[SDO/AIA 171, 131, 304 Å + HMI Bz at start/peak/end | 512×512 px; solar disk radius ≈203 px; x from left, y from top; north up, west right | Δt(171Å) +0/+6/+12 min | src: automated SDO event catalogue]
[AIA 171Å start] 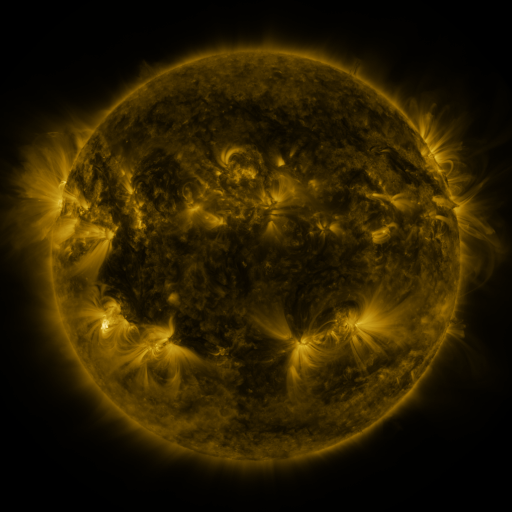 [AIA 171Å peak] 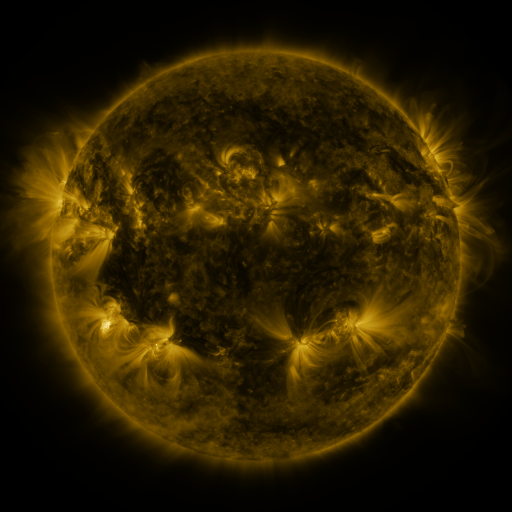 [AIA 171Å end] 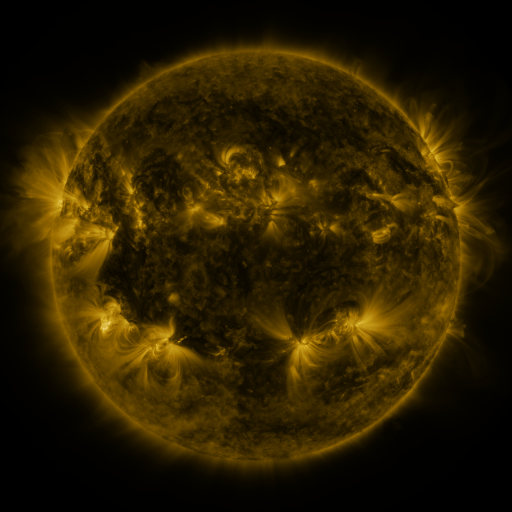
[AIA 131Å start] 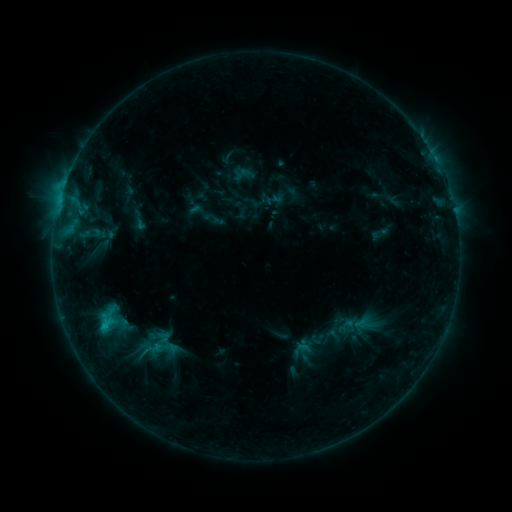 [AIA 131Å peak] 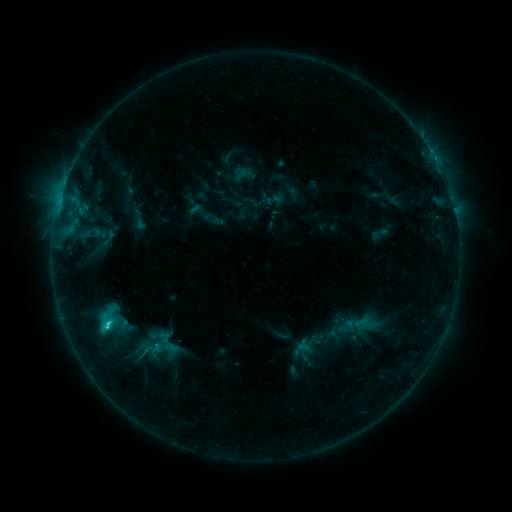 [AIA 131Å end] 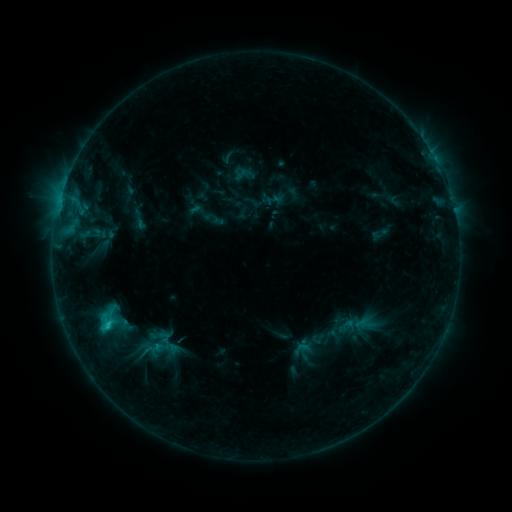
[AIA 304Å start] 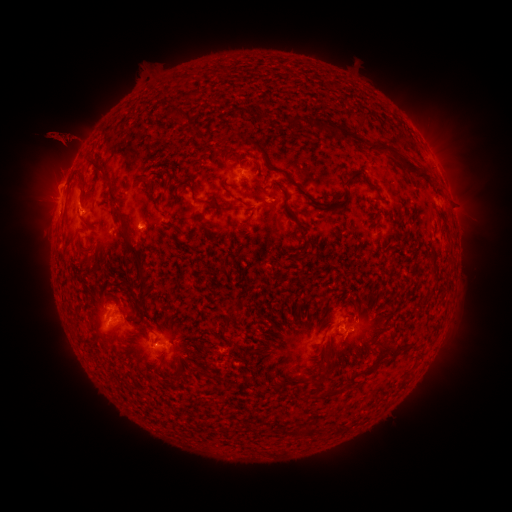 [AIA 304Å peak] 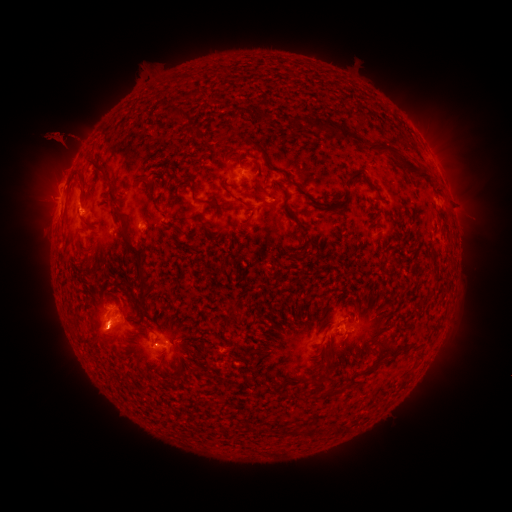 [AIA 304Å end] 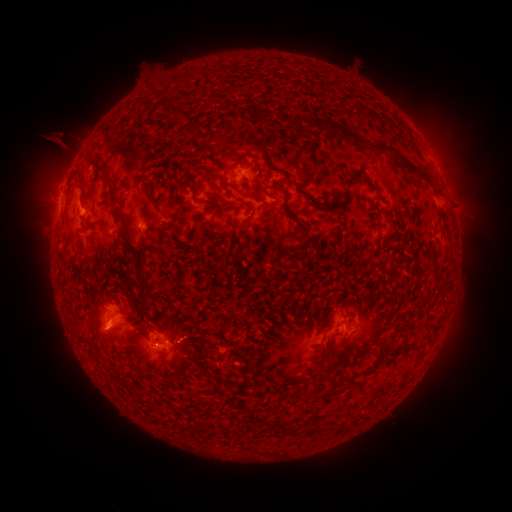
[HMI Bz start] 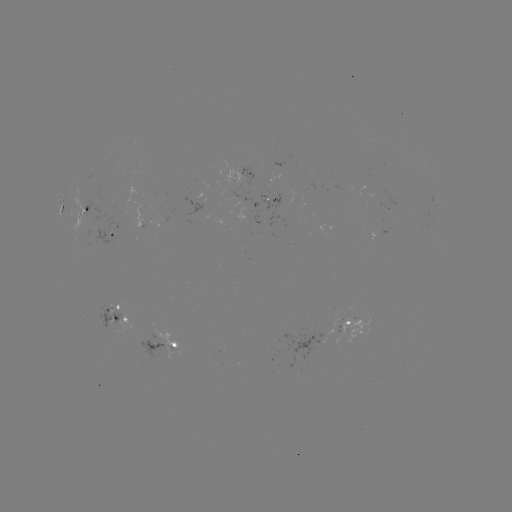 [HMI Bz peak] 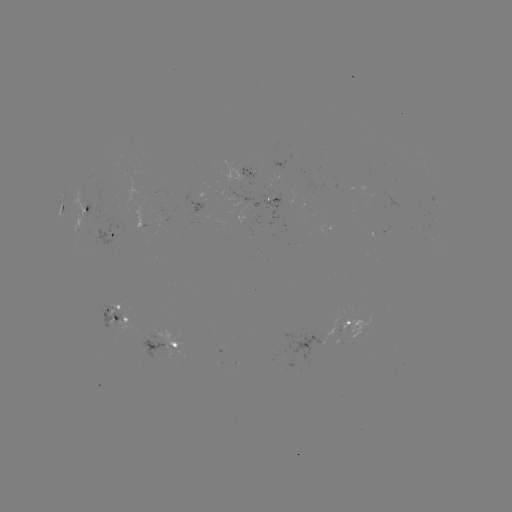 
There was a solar flare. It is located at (109, 324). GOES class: C1.5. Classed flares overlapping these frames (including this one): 1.